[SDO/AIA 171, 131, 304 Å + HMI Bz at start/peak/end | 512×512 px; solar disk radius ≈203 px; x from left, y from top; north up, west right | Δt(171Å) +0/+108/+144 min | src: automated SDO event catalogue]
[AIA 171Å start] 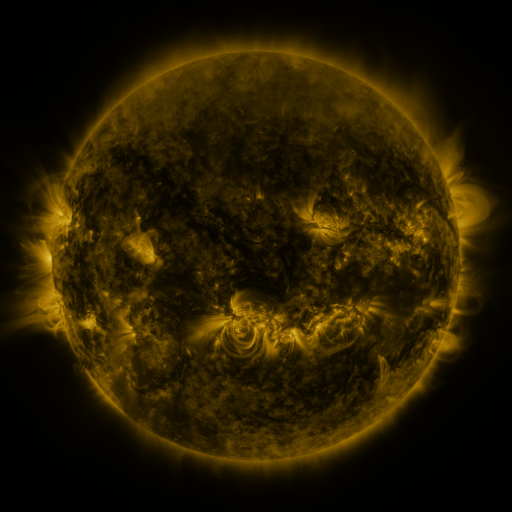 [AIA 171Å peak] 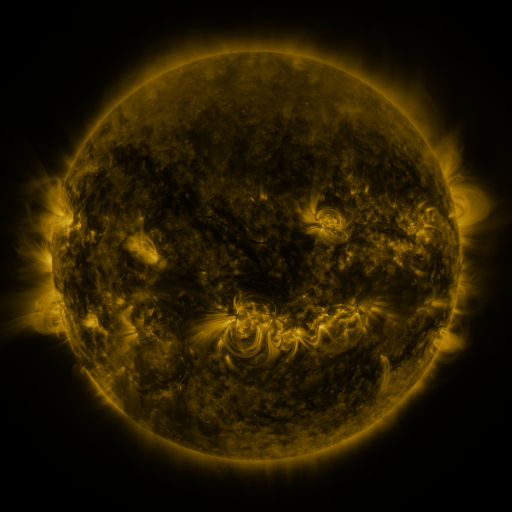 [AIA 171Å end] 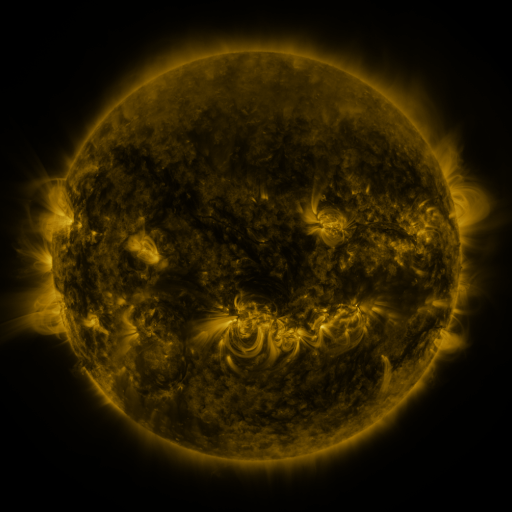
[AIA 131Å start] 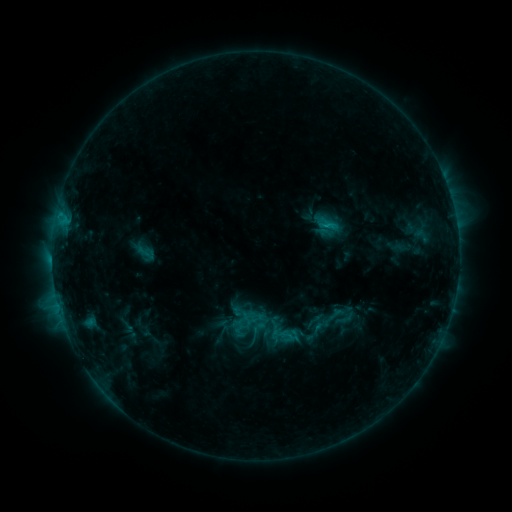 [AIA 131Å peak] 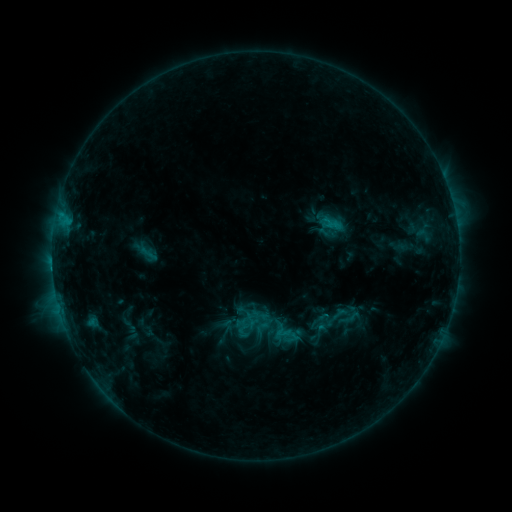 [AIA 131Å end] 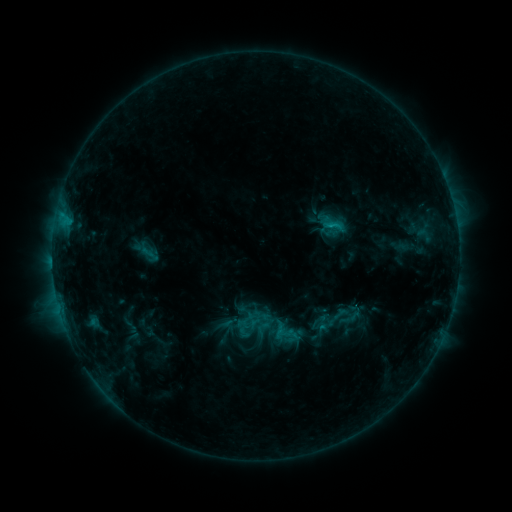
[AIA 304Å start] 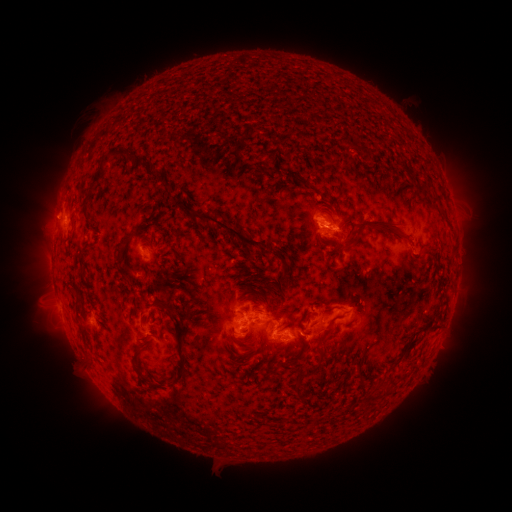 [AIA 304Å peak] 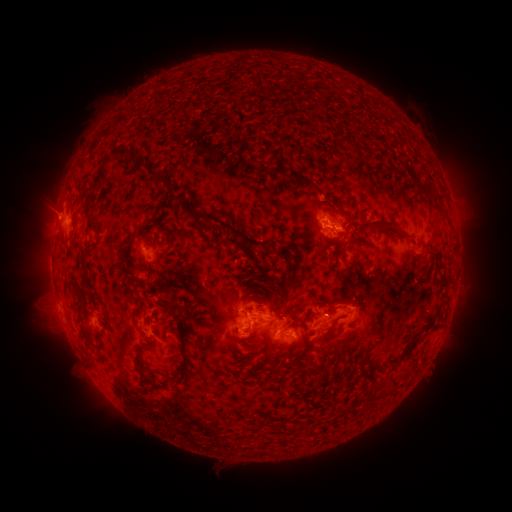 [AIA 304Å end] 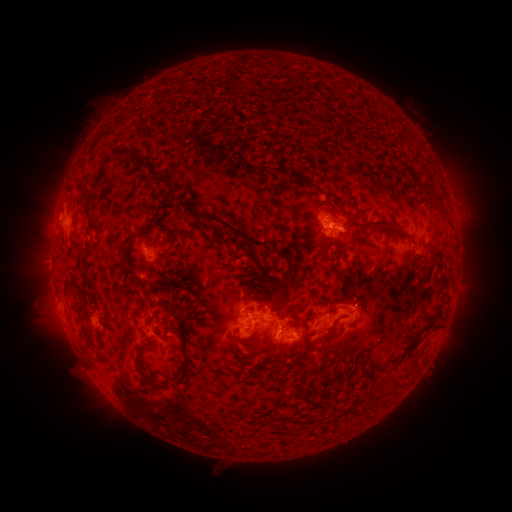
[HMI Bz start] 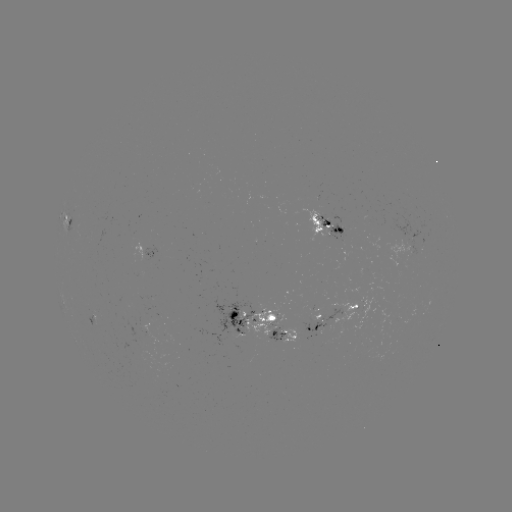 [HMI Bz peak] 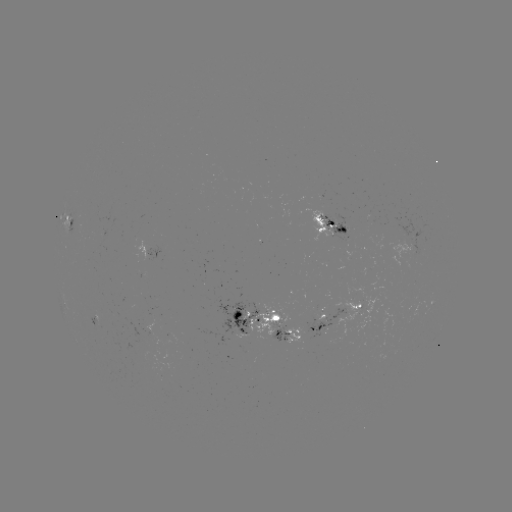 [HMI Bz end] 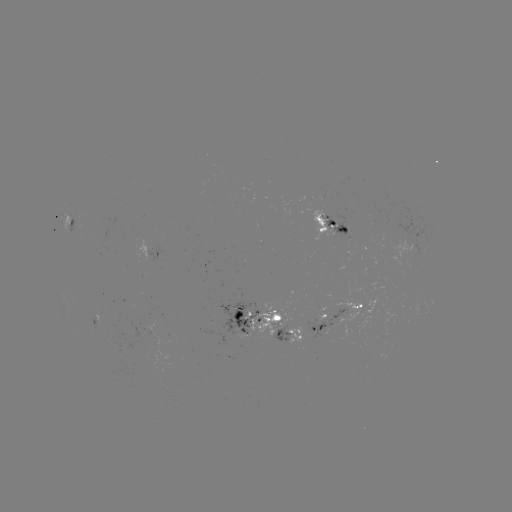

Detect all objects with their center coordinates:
emerging-flux region: (384, 230)
